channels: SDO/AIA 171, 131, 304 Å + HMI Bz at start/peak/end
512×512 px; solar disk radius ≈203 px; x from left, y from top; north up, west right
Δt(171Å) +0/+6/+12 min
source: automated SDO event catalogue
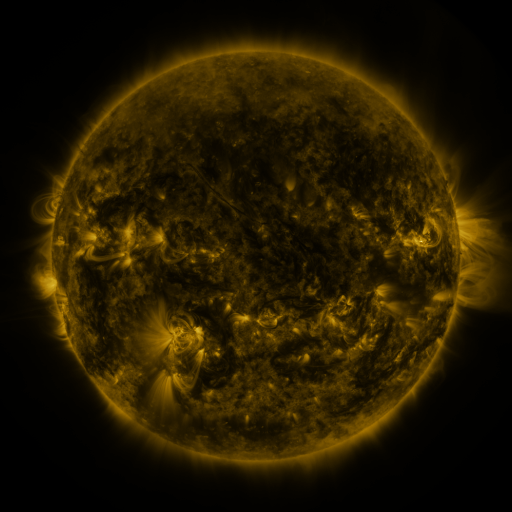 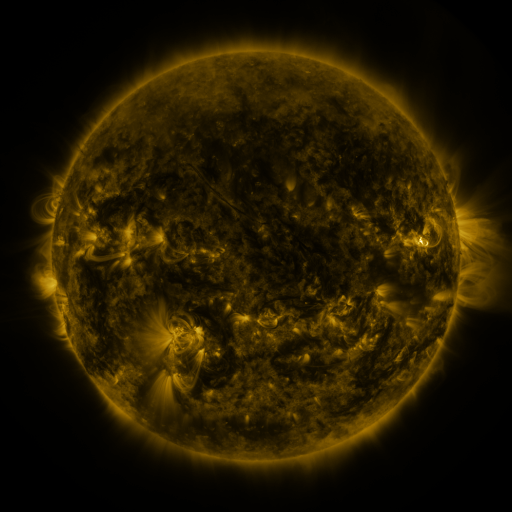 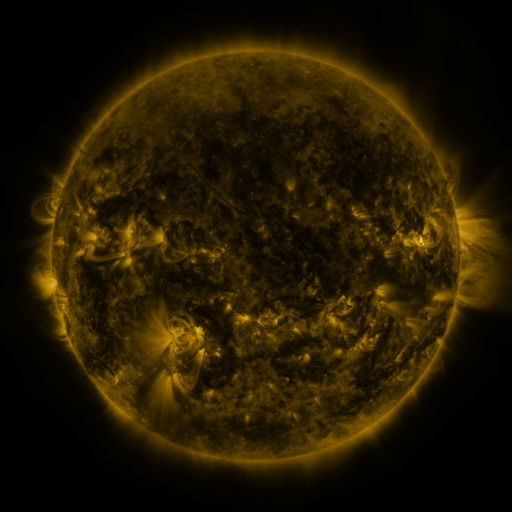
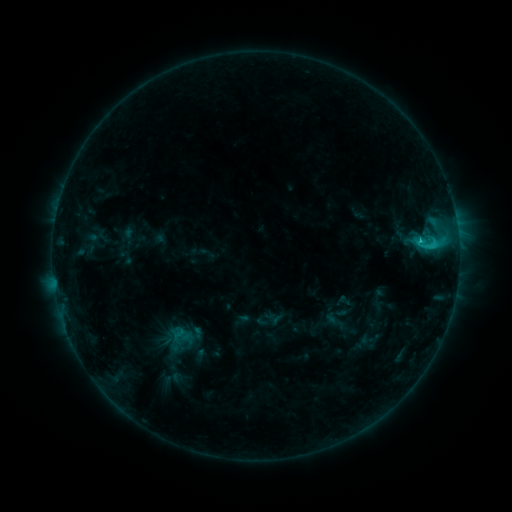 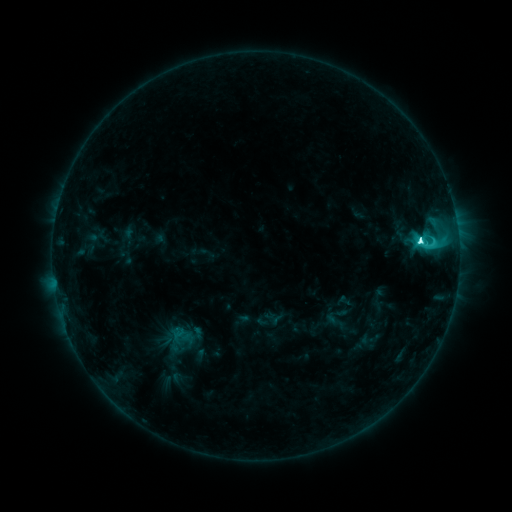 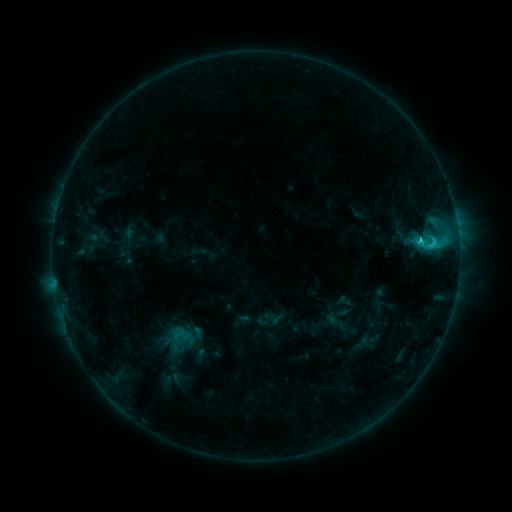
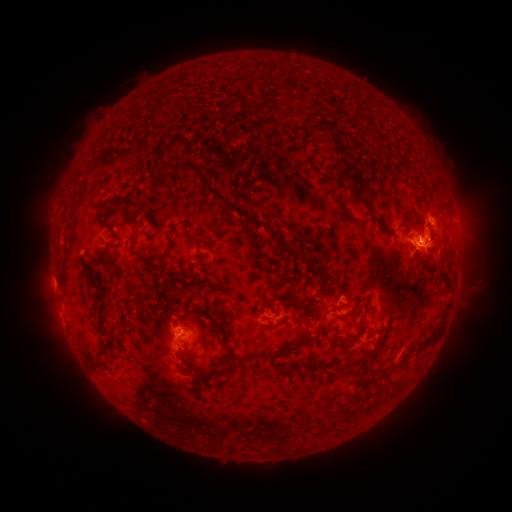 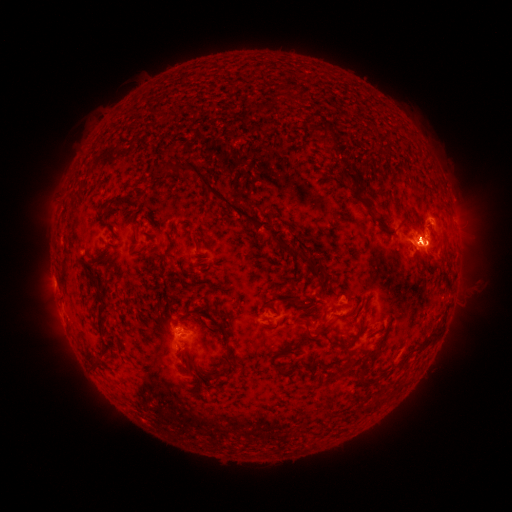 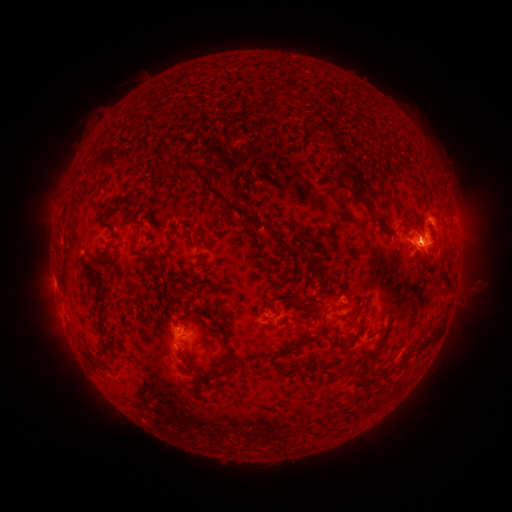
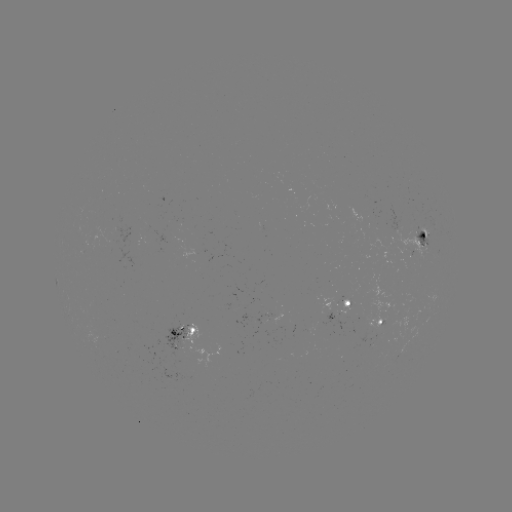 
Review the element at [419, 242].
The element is C7.1 flare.